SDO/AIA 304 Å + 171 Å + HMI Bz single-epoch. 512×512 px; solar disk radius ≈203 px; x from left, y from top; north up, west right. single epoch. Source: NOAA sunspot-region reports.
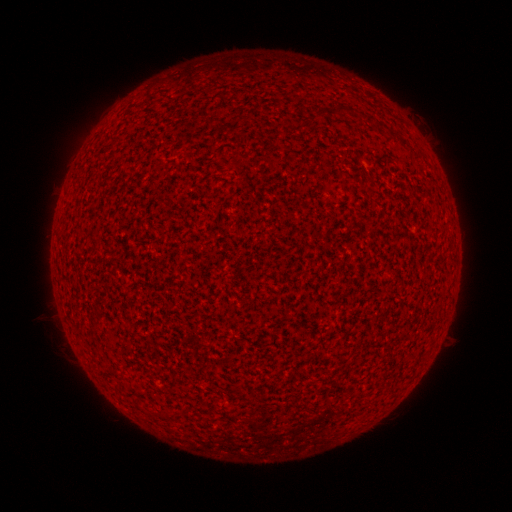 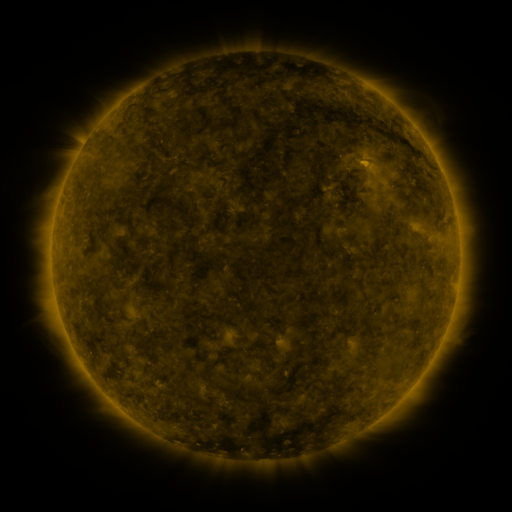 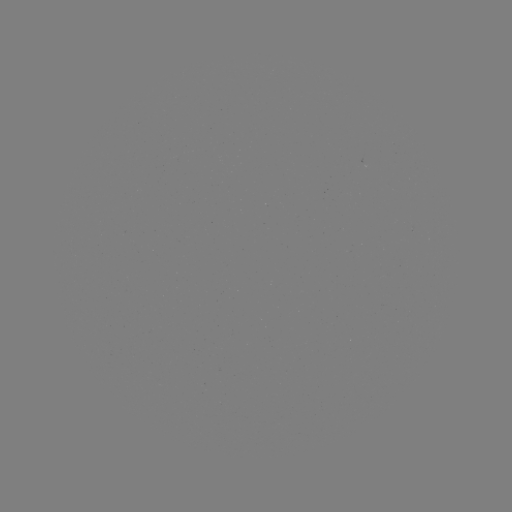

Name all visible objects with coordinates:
(none)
